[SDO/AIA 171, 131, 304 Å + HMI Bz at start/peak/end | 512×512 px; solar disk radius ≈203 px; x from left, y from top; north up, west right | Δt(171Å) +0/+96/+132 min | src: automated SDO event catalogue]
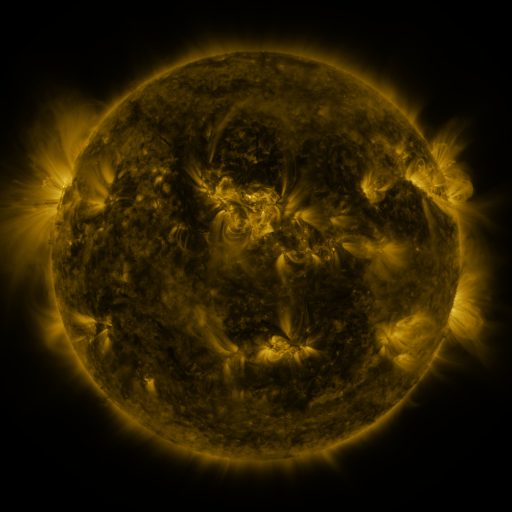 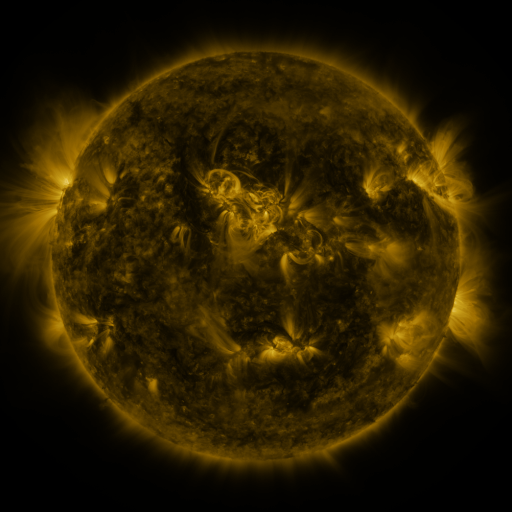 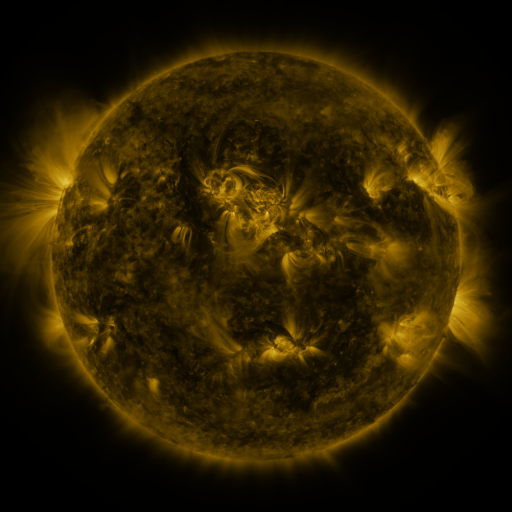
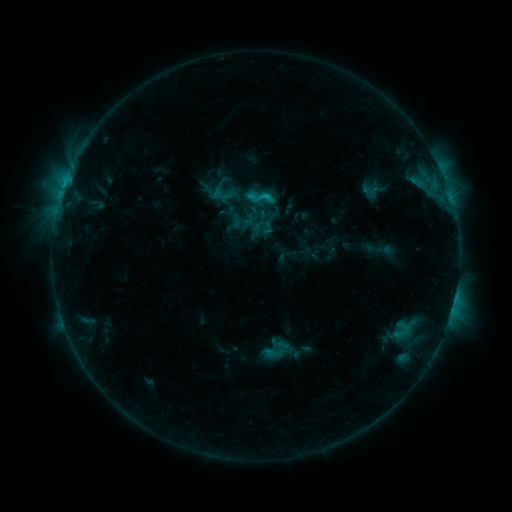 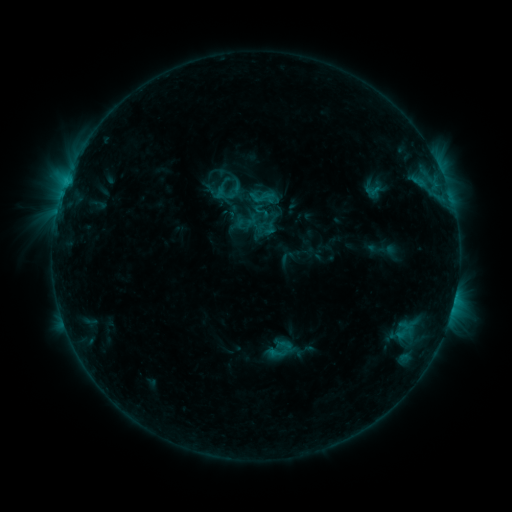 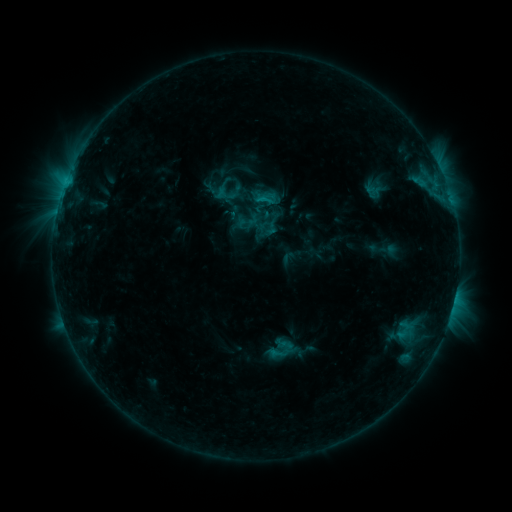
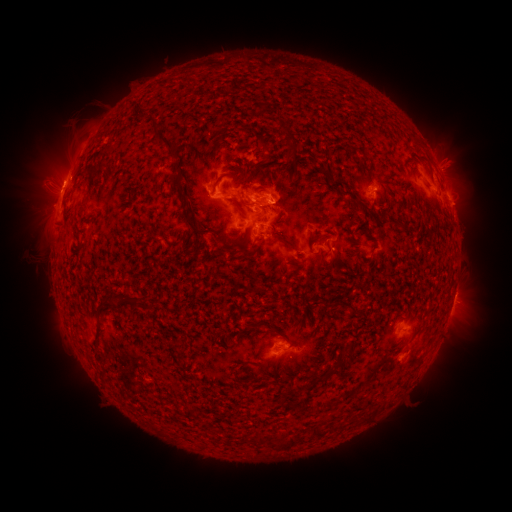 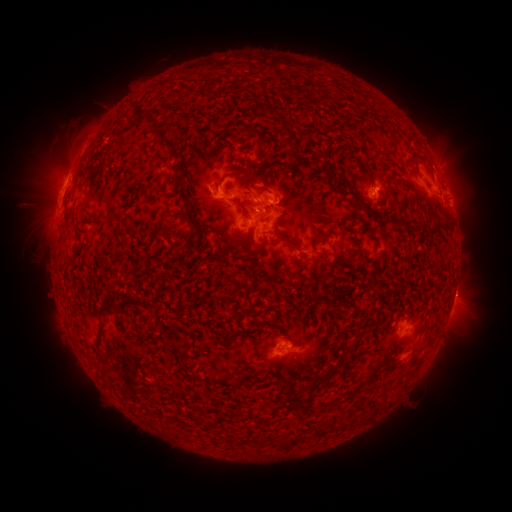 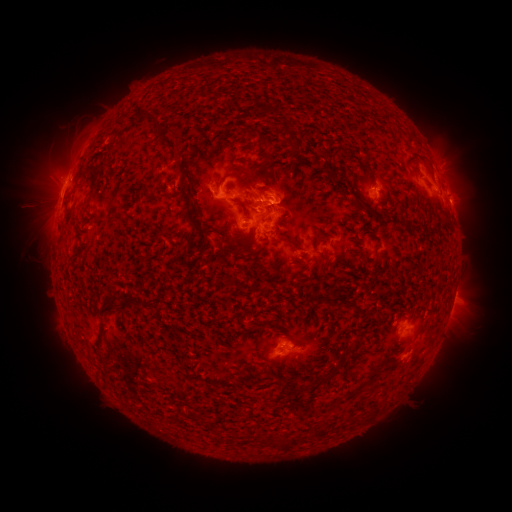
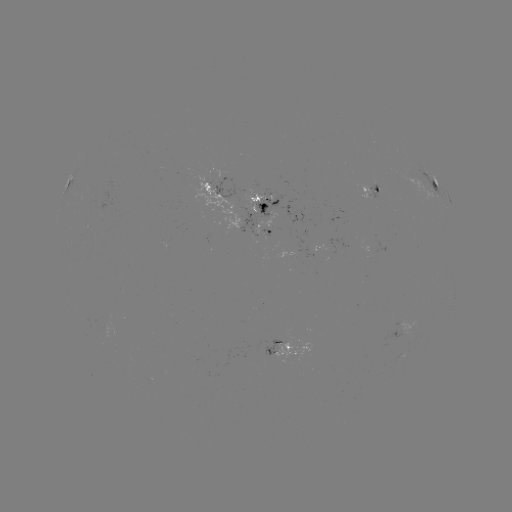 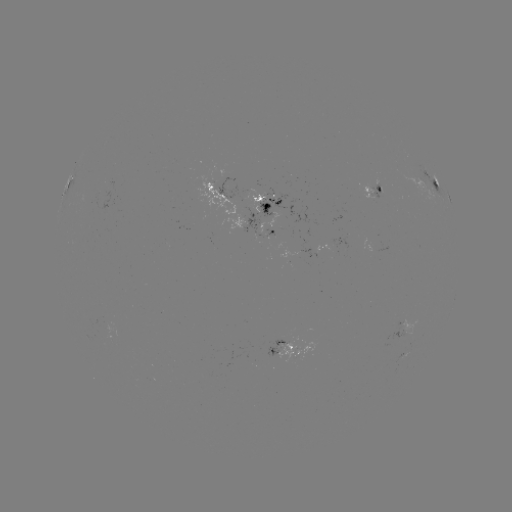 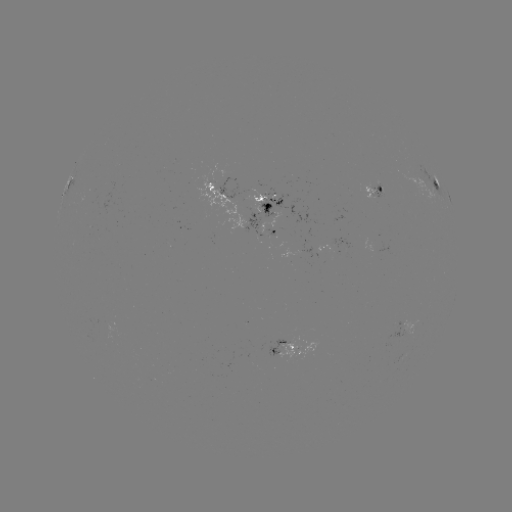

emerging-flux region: [243, 189, 265, 213]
